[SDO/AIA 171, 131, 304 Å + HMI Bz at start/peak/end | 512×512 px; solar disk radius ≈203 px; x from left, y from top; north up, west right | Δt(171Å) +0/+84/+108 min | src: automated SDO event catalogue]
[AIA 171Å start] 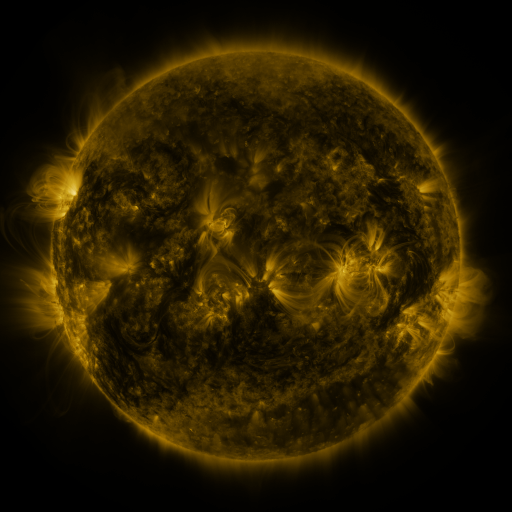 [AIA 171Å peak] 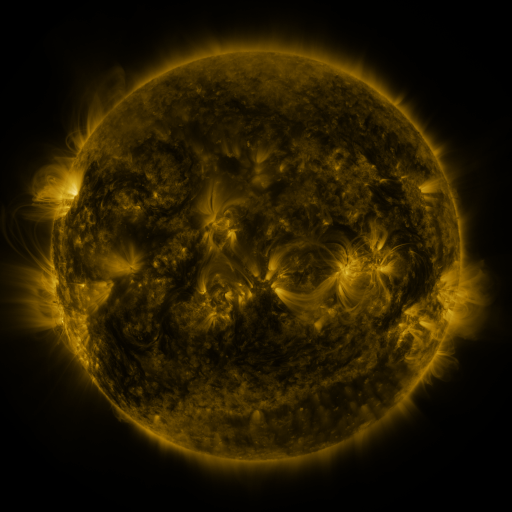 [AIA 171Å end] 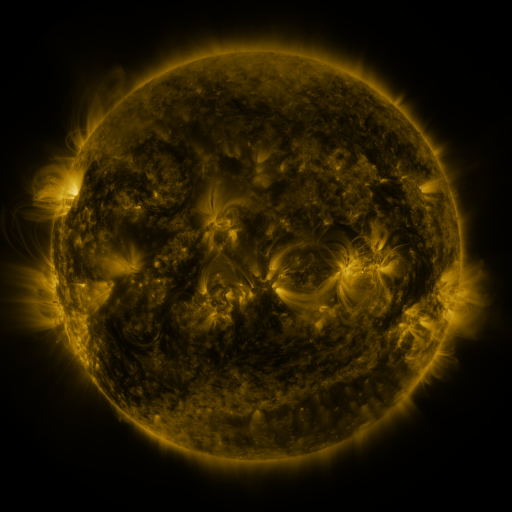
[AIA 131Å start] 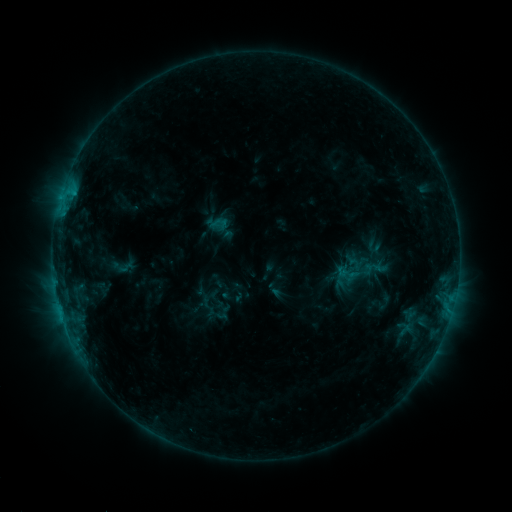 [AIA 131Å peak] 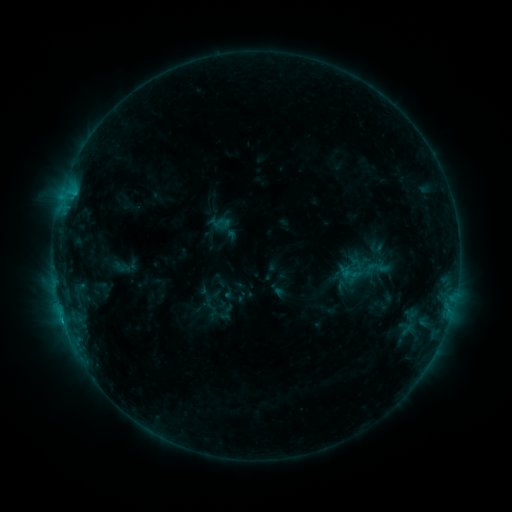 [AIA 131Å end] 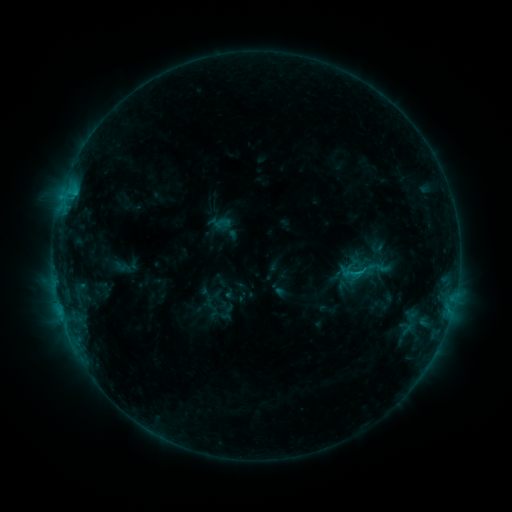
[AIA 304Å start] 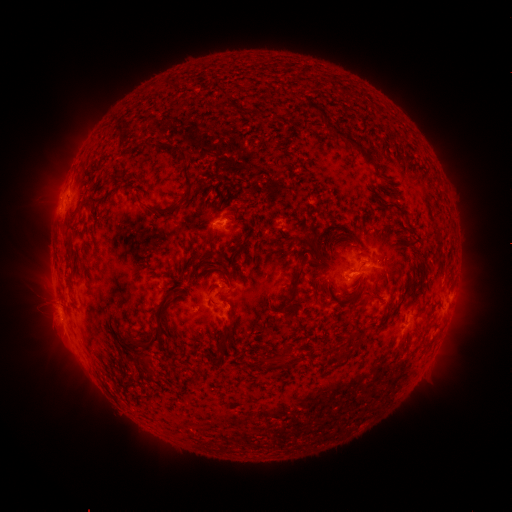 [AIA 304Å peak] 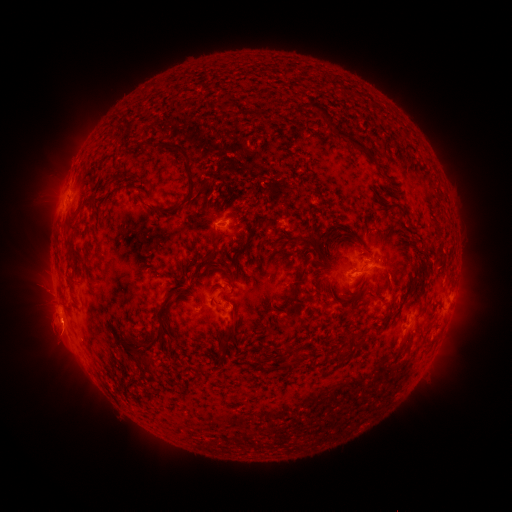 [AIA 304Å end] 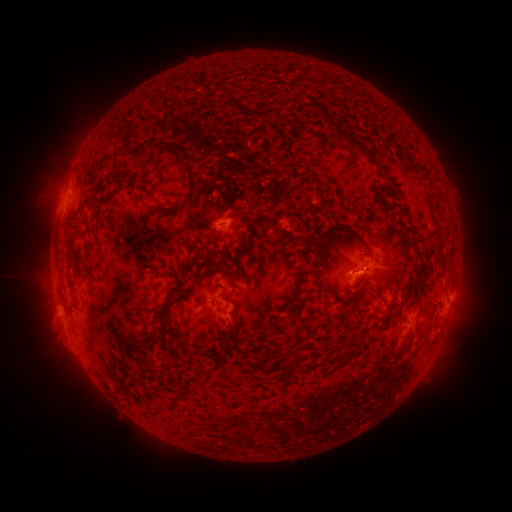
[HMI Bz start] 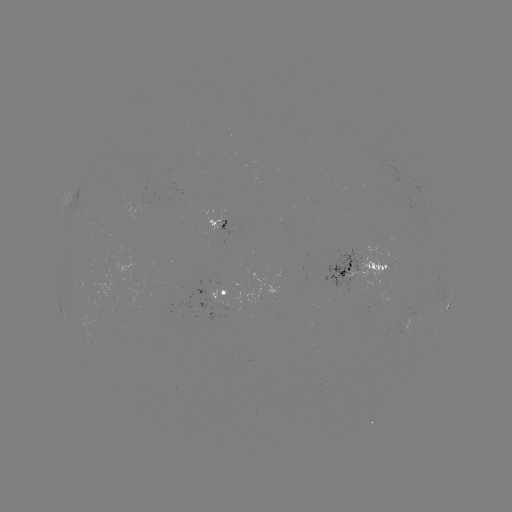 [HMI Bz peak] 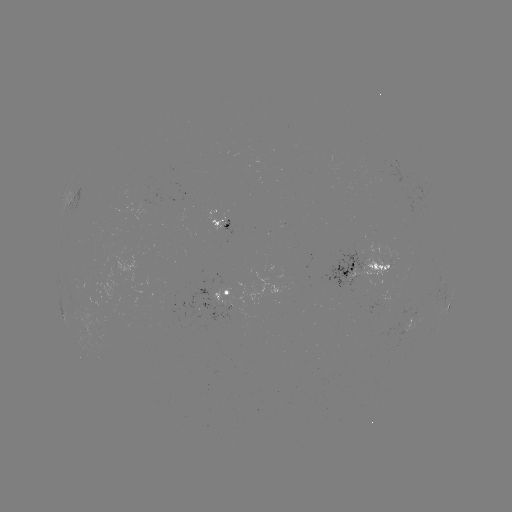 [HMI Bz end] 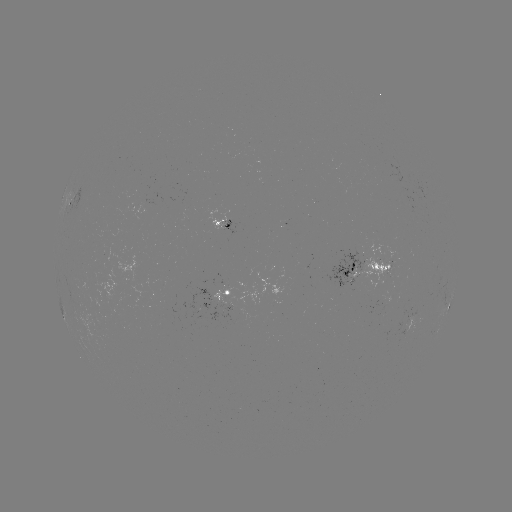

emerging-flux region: <bbox>324, 249, 363, 291</bbox>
